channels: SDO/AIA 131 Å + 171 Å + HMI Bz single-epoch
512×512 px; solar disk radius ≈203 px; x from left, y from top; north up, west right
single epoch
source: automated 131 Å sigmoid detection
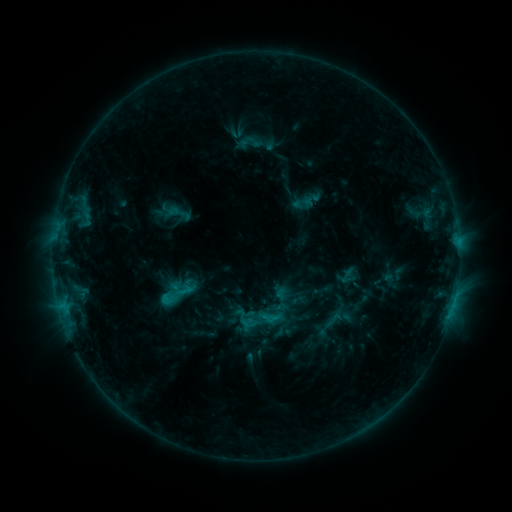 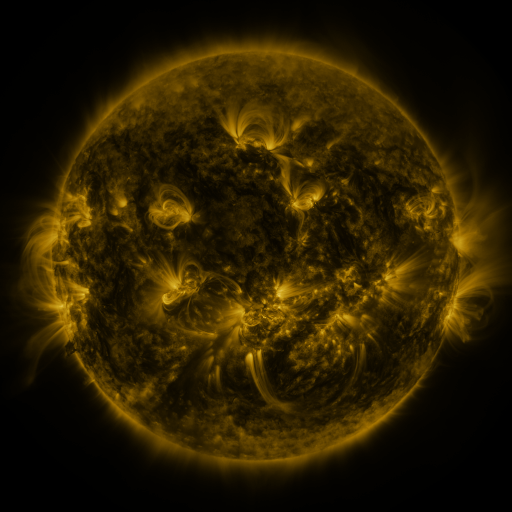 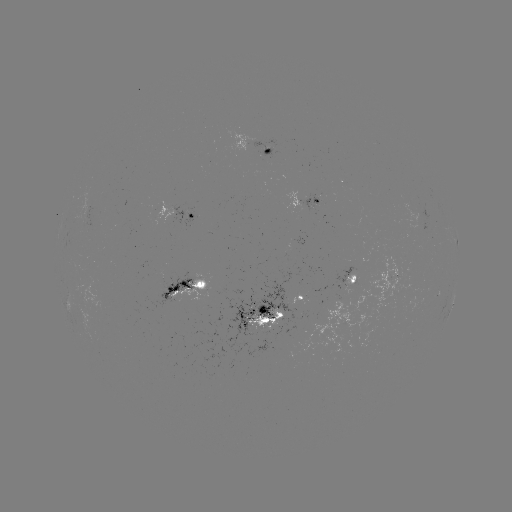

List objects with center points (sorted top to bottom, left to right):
sigmoid: (347, 276)
sigmoid: (176, 297)
